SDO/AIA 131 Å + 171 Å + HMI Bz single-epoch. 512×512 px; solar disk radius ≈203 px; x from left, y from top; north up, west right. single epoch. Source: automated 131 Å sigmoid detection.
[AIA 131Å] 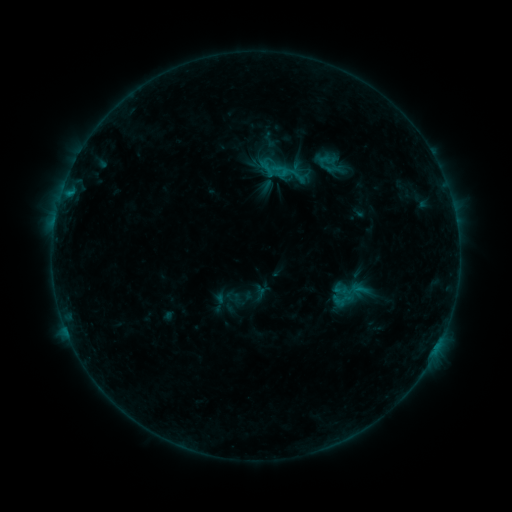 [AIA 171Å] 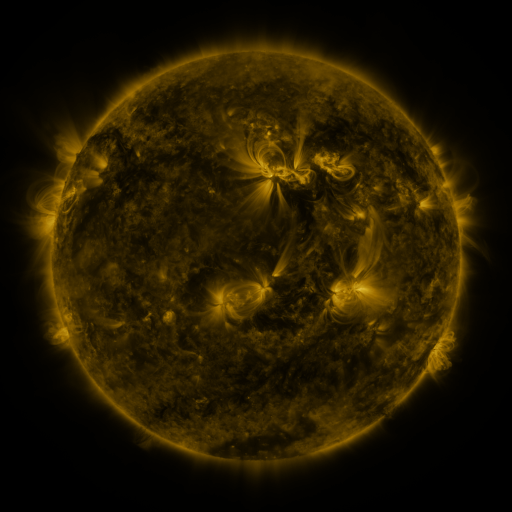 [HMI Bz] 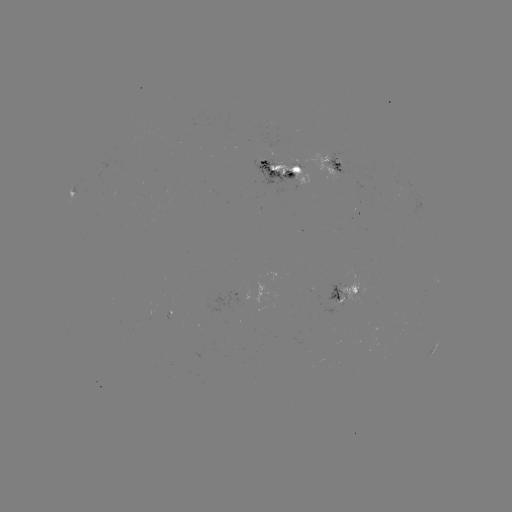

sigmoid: (270, 160, 292, 181)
